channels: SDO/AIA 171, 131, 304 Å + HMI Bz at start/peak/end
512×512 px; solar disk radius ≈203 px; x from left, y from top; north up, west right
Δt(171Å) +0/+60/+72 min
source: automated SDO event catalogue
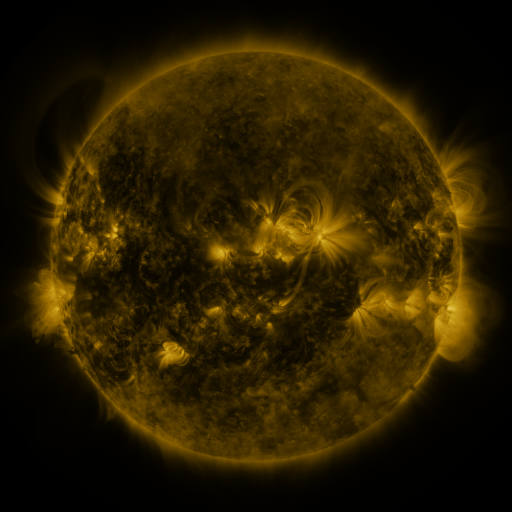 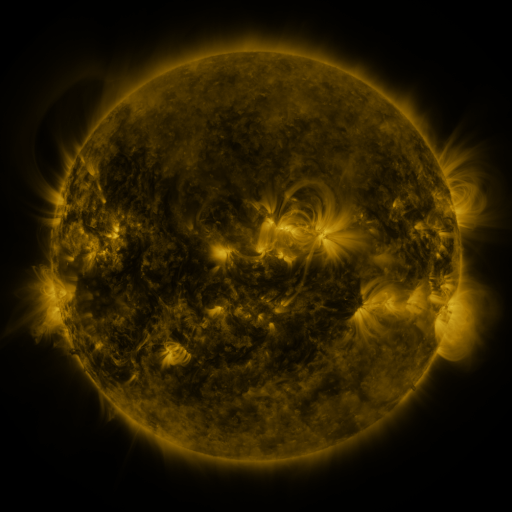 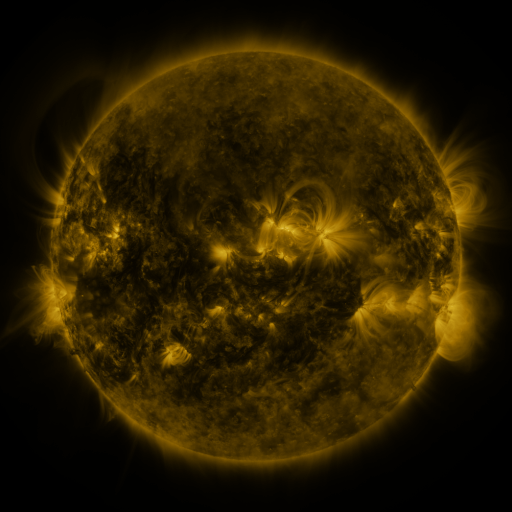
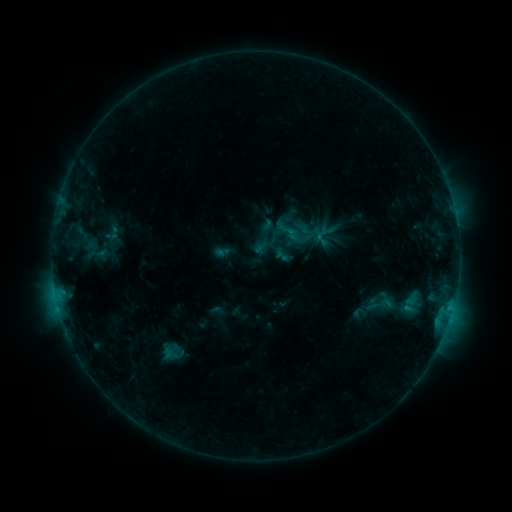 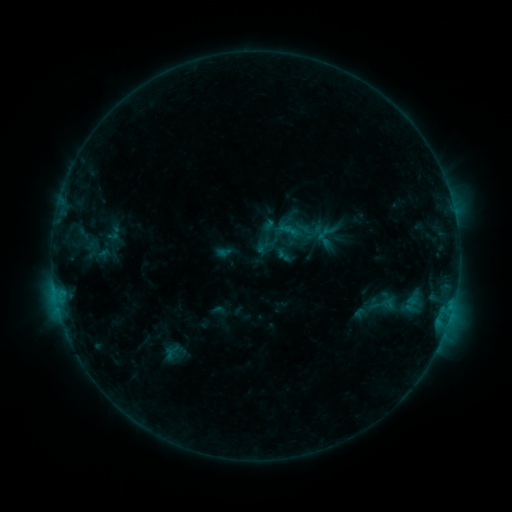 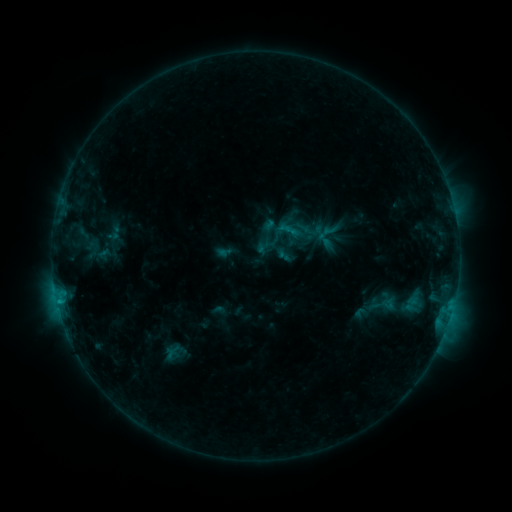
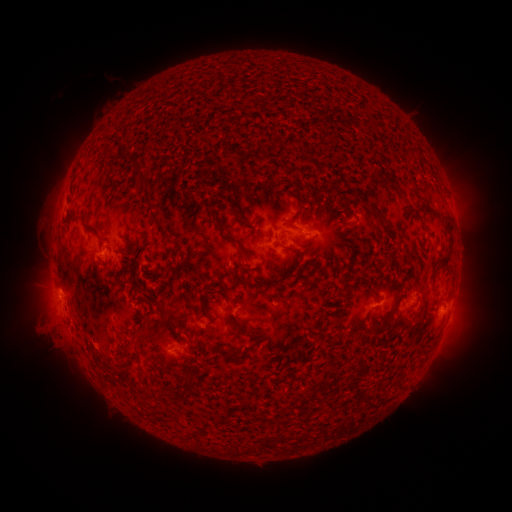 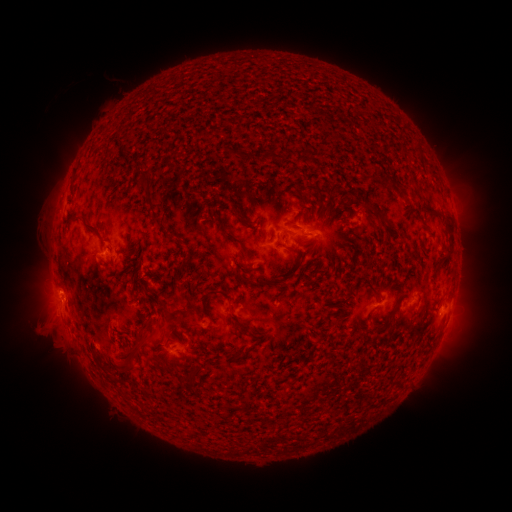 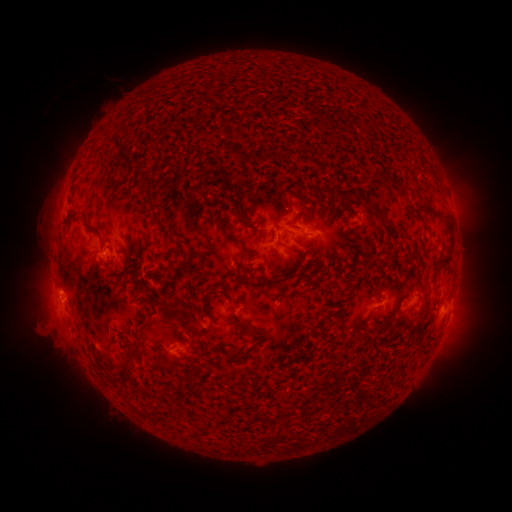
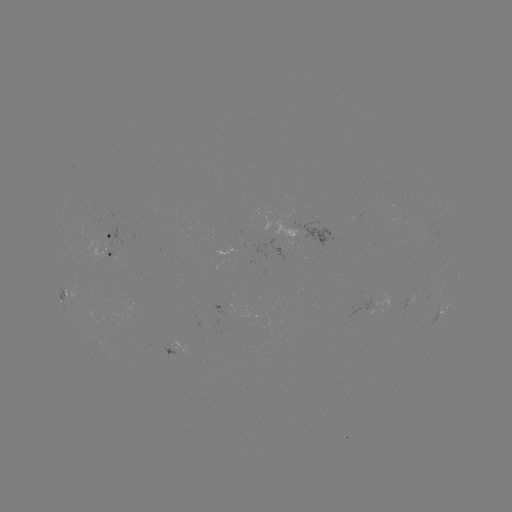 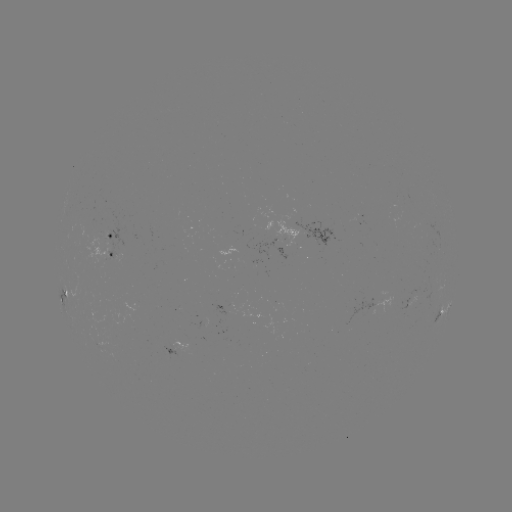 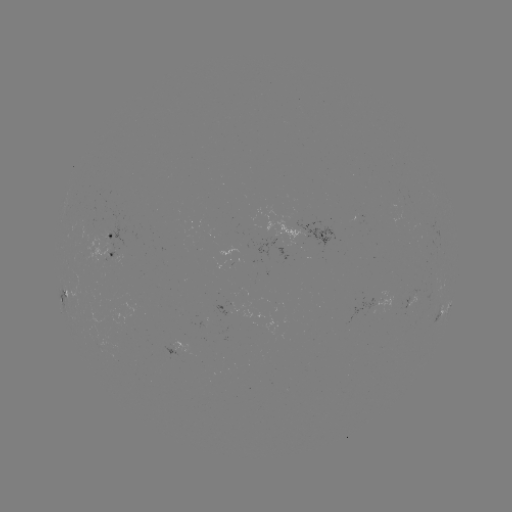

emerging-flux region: (407, 288, 418, 306)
